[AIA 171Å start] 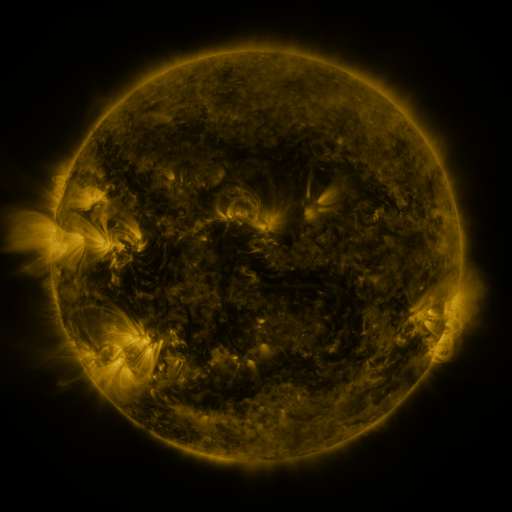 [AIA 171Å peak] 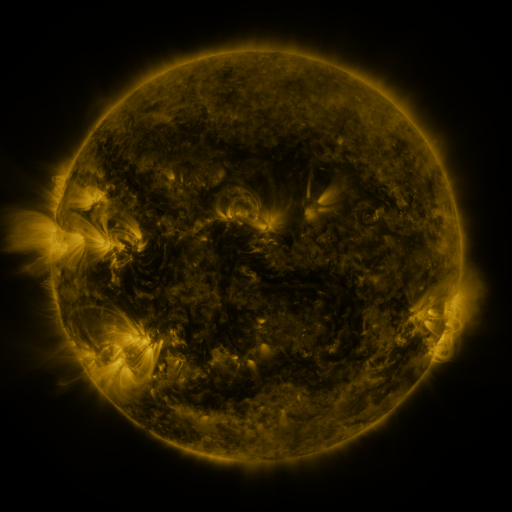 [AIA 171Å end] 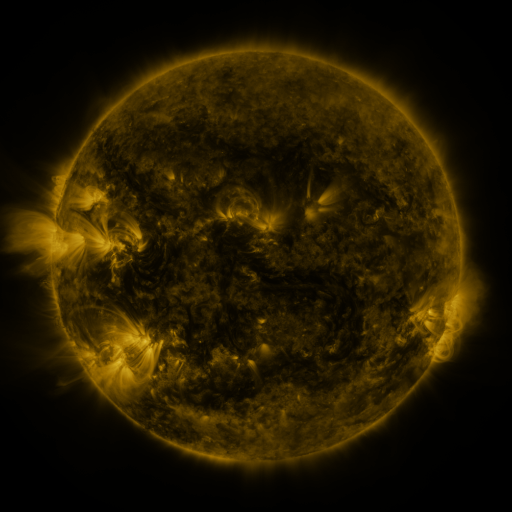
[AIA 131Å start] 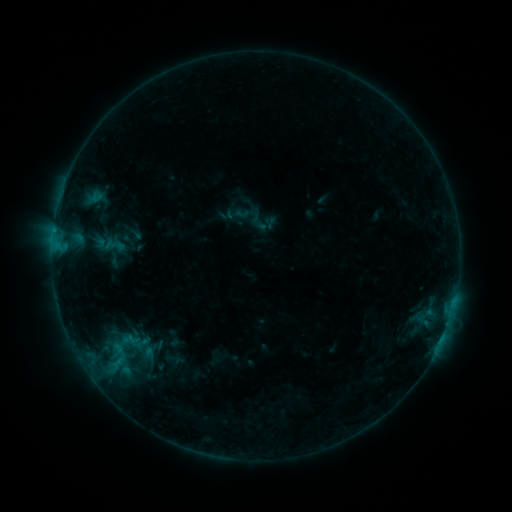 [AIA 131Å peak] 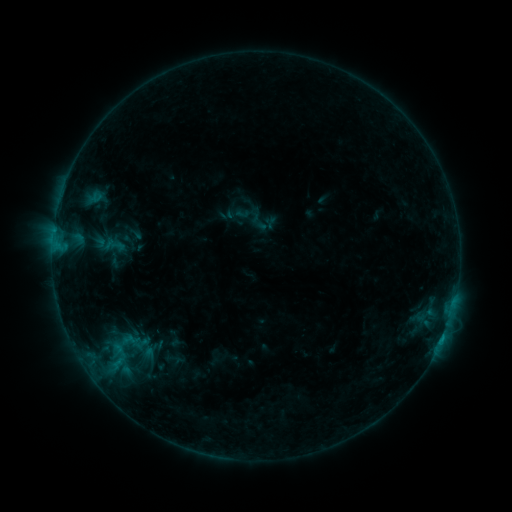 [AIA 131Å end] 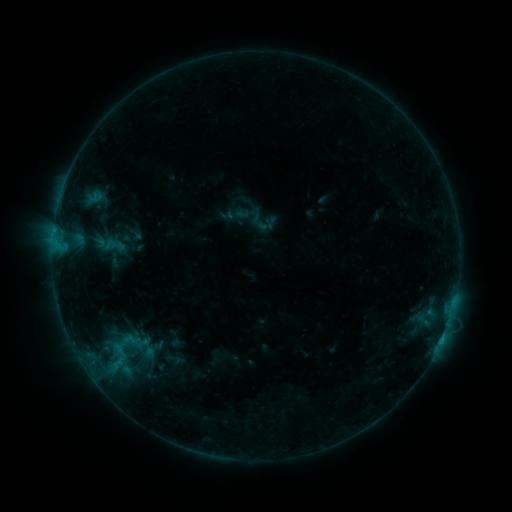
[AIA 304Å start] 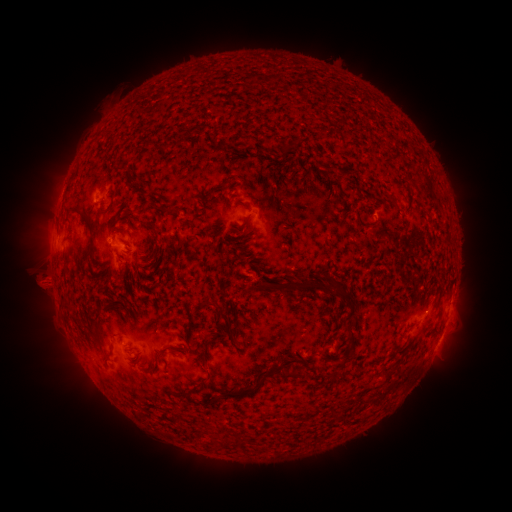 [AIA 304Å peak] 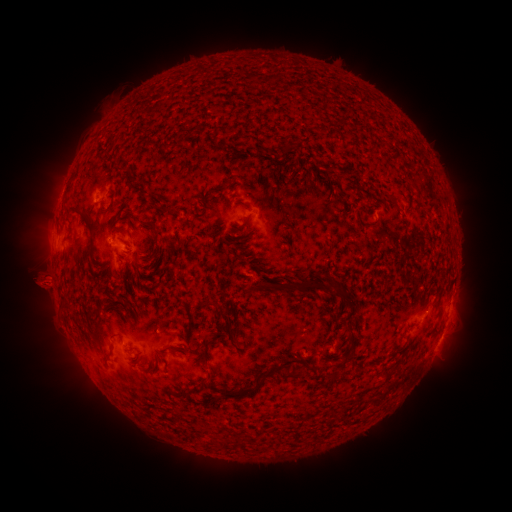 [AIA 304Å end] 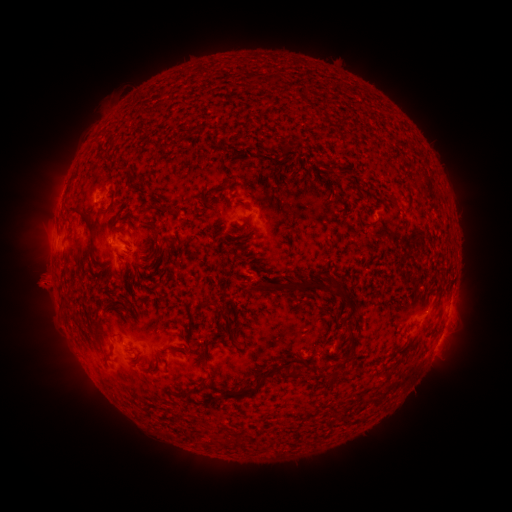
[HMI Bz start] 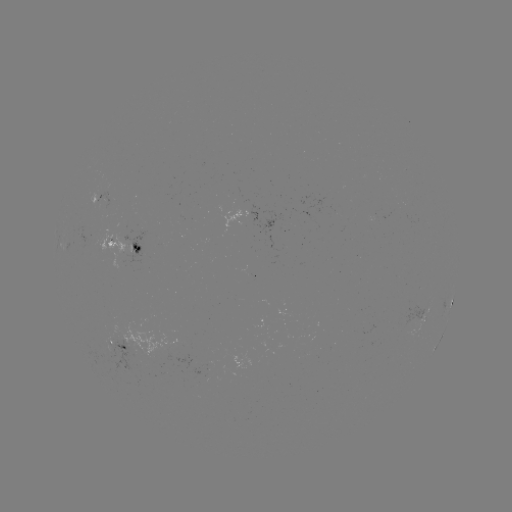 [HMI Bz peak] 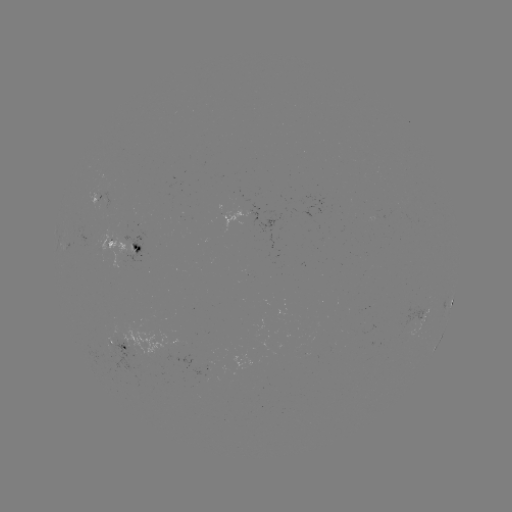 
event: flare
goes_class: B4.8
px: (441, 339)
